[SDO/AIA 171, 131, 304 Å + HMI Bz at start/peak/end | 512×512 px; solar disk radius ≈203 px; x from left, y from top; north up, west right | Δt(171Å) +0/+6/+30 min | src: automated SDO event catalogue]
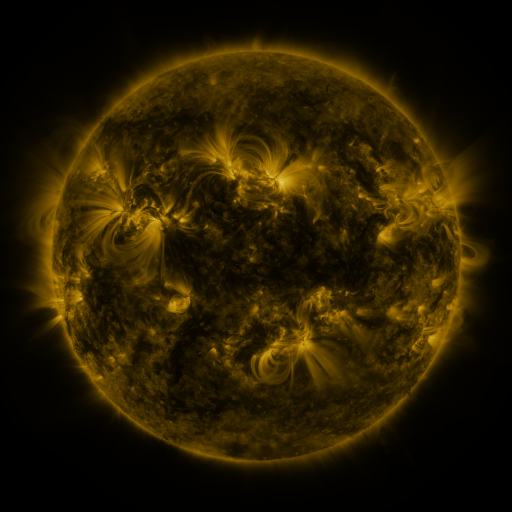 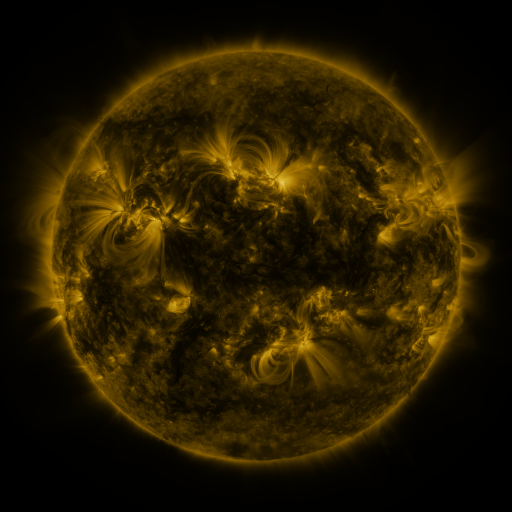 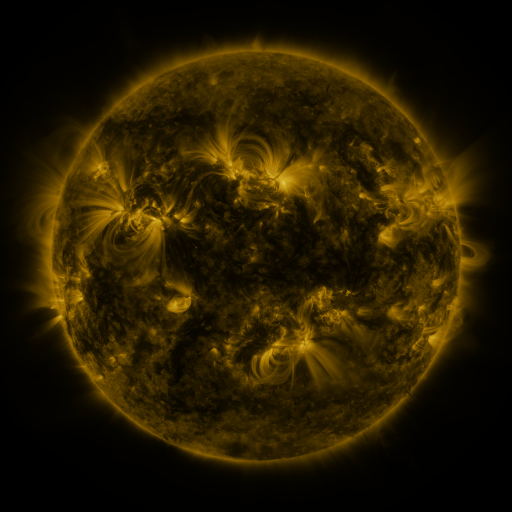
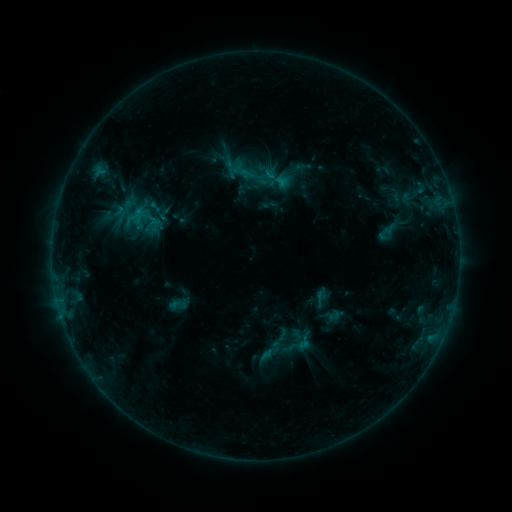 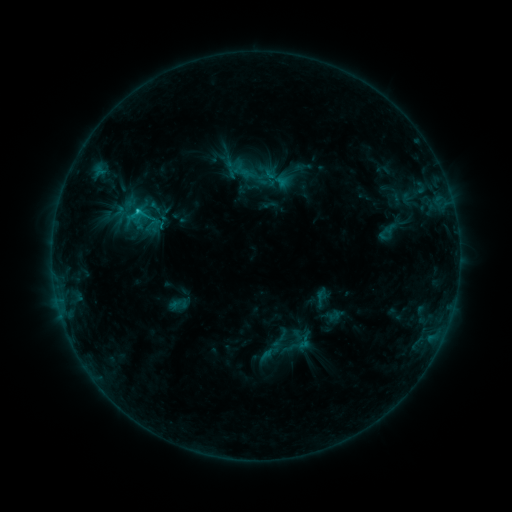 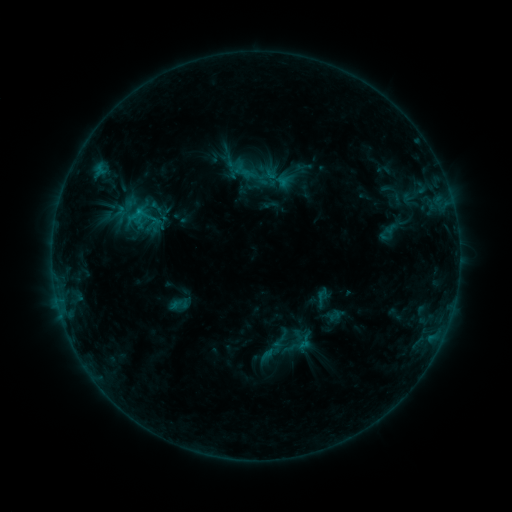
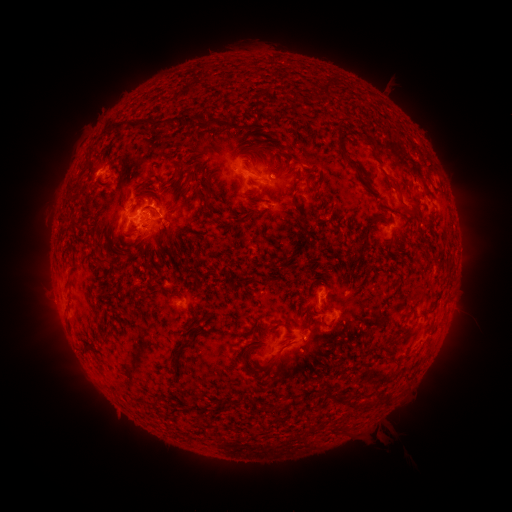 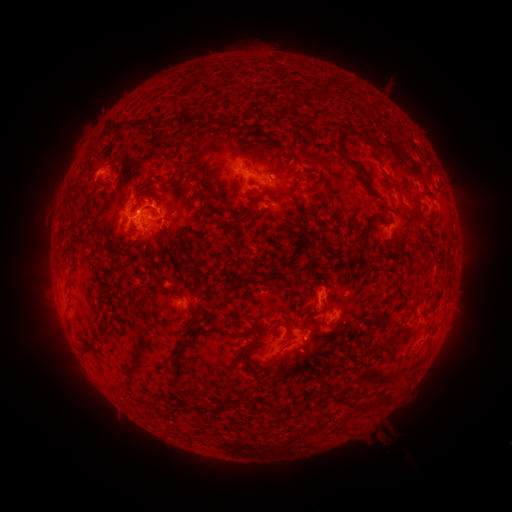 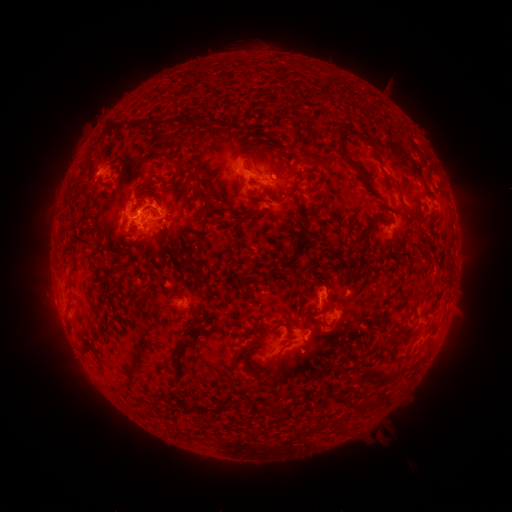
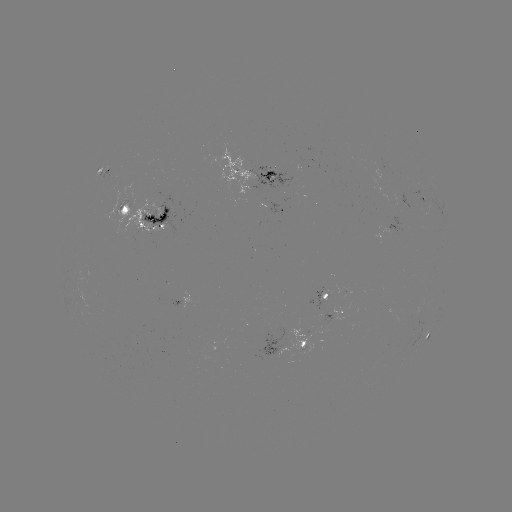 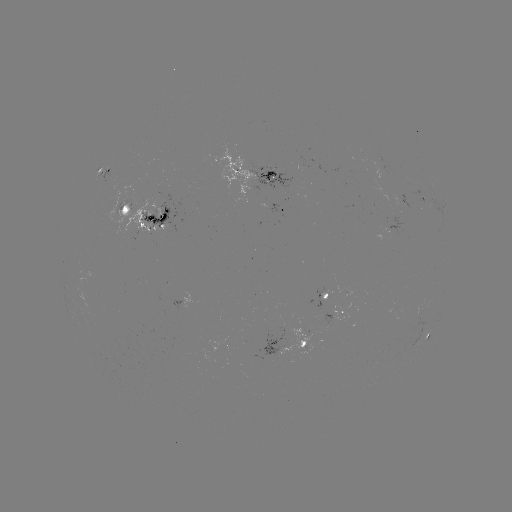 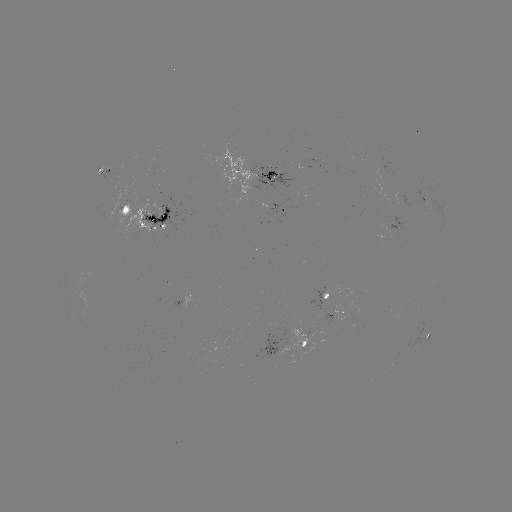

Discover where C1.8 flare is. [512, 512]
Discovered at [140, 211].